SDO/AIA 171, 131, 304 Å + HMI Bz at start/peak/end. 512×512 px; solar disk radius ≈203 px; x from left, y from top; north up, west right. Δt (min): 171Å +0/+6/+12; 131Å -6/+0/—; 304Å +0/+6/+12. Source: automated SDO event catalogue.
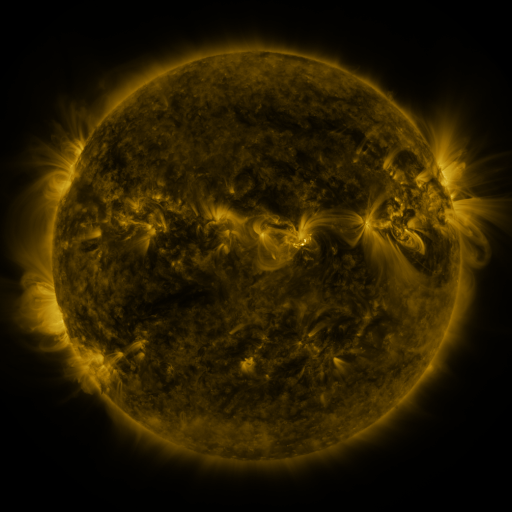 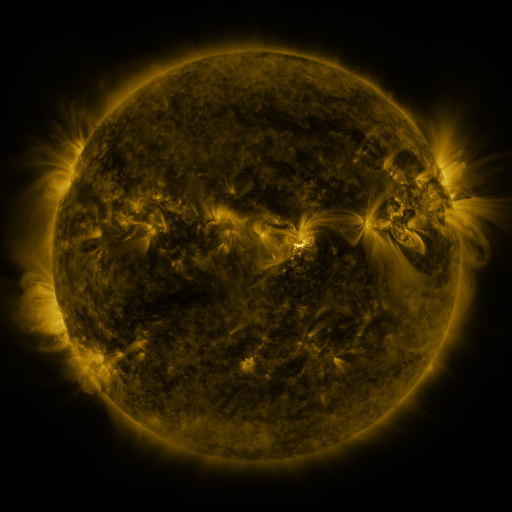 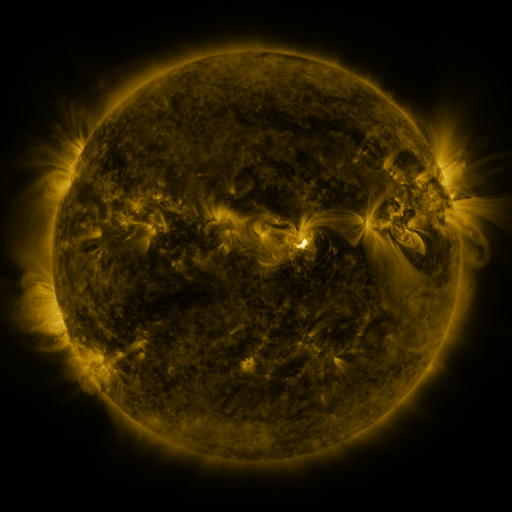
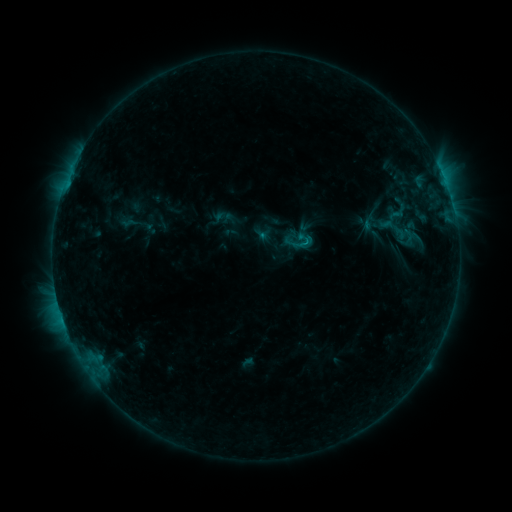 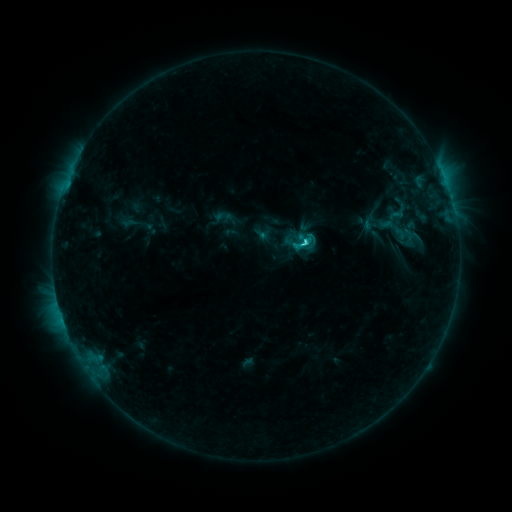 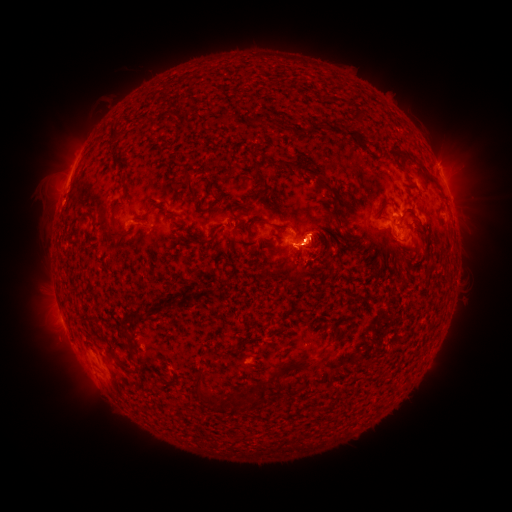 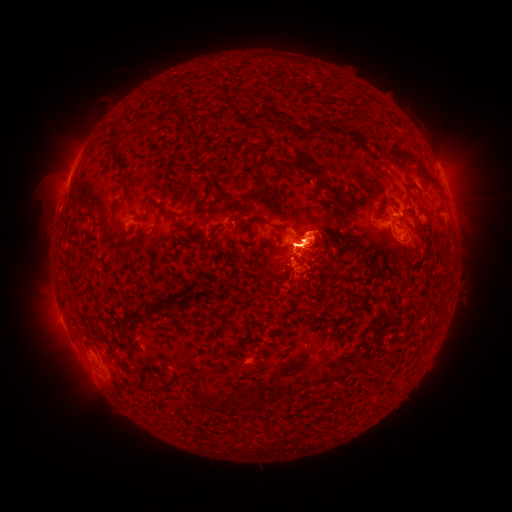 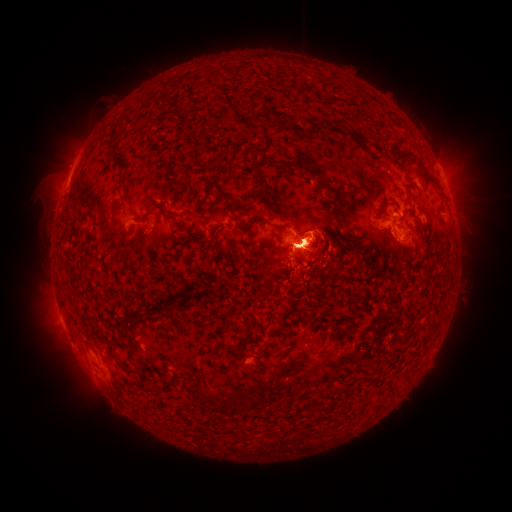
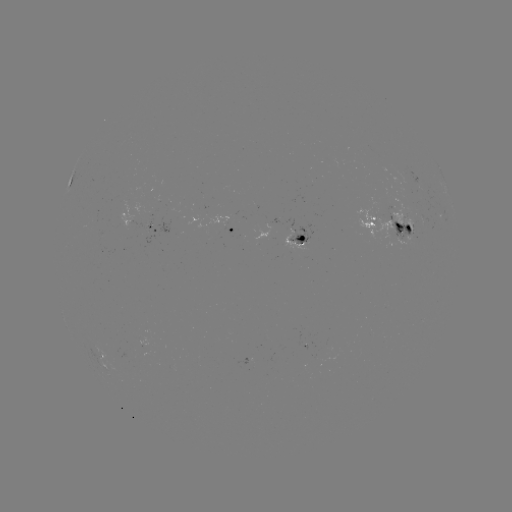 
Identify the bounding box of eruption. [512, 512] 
[429, 135, 485, 225].